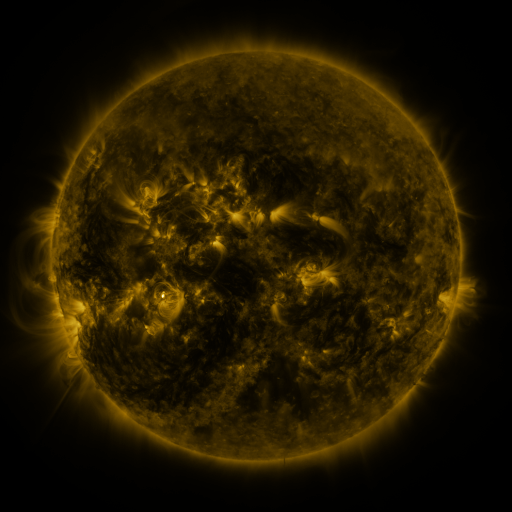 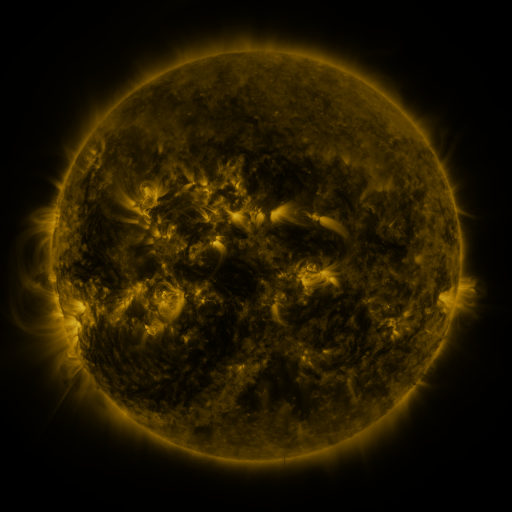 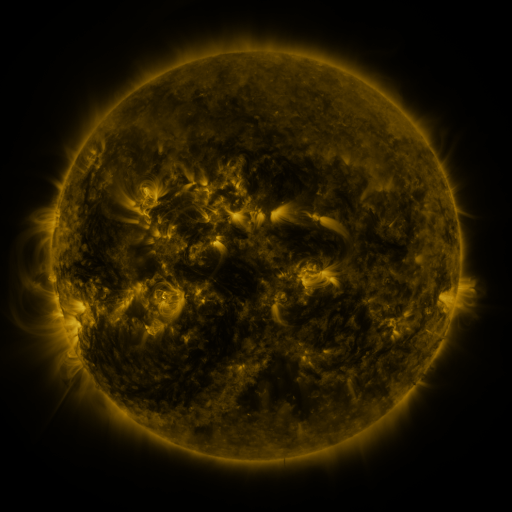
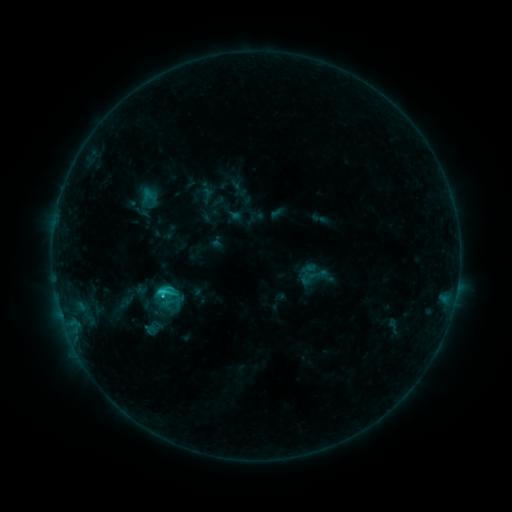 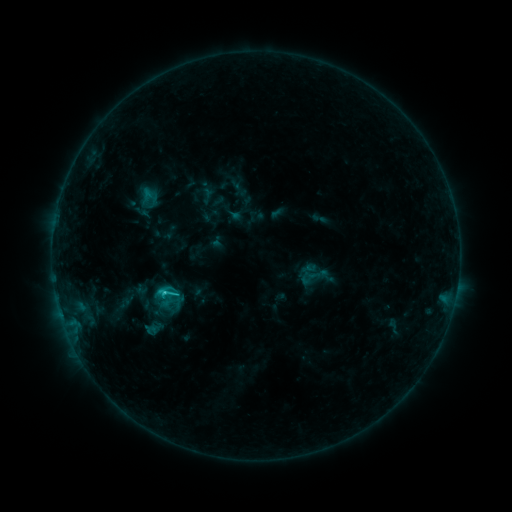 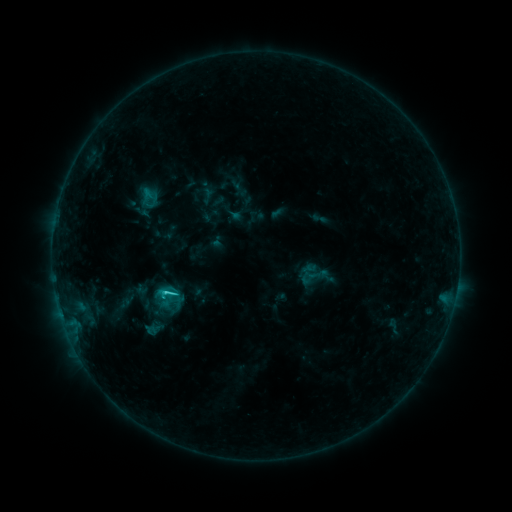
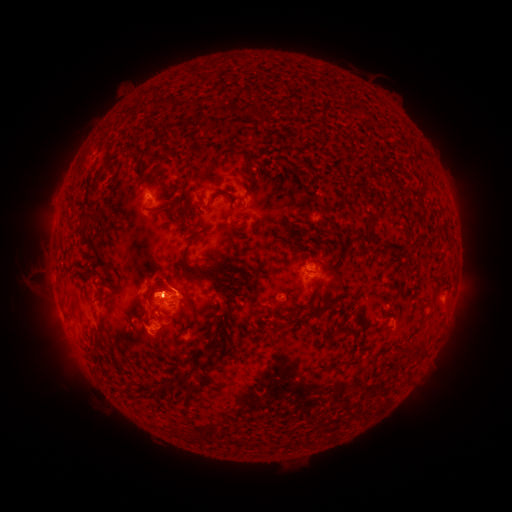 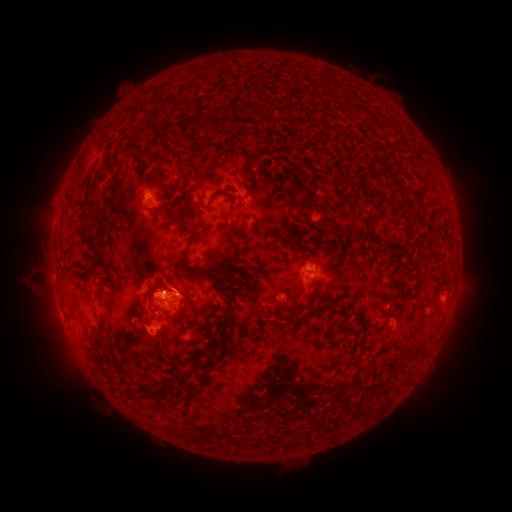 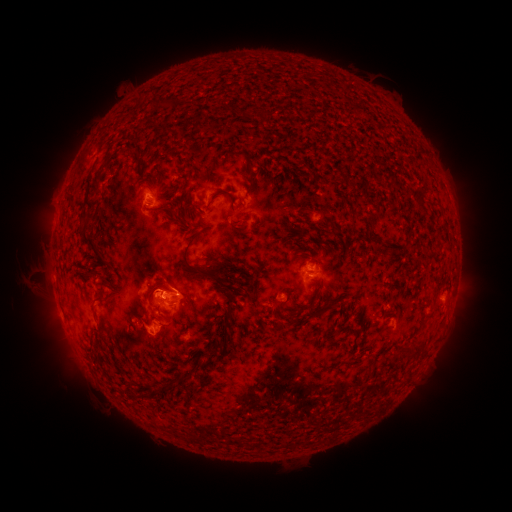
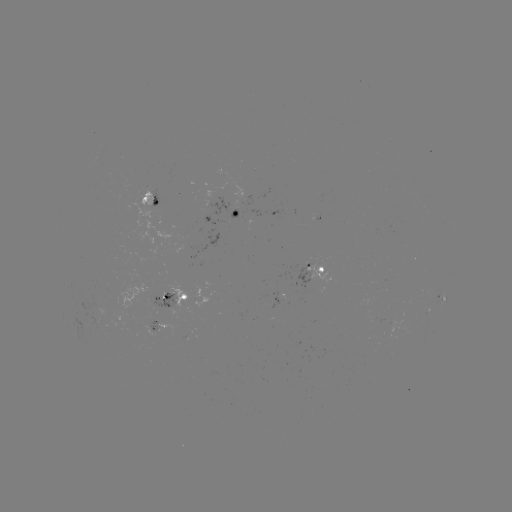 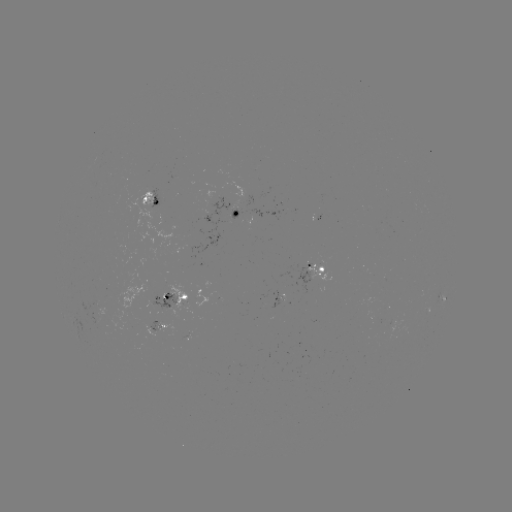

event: flare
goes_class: C2.0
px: (167, 291)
